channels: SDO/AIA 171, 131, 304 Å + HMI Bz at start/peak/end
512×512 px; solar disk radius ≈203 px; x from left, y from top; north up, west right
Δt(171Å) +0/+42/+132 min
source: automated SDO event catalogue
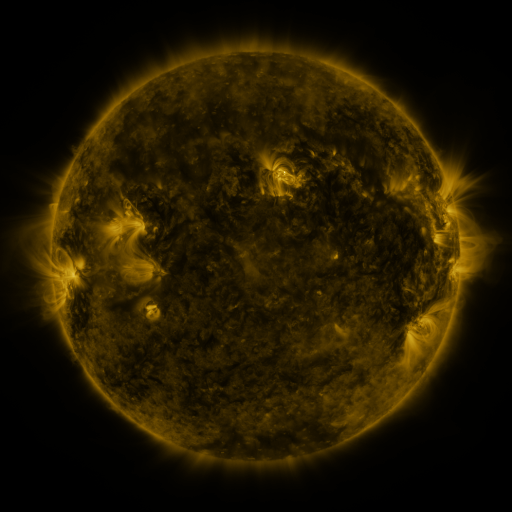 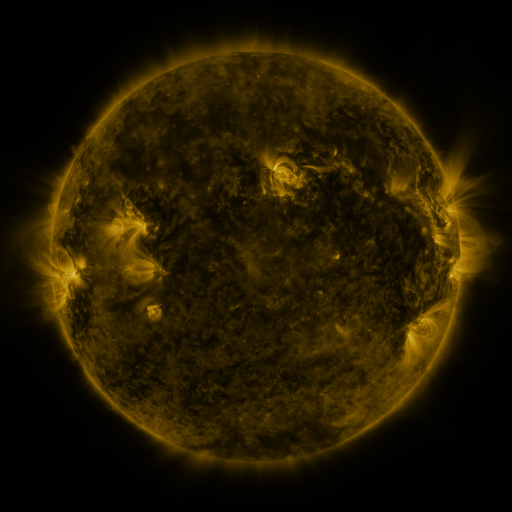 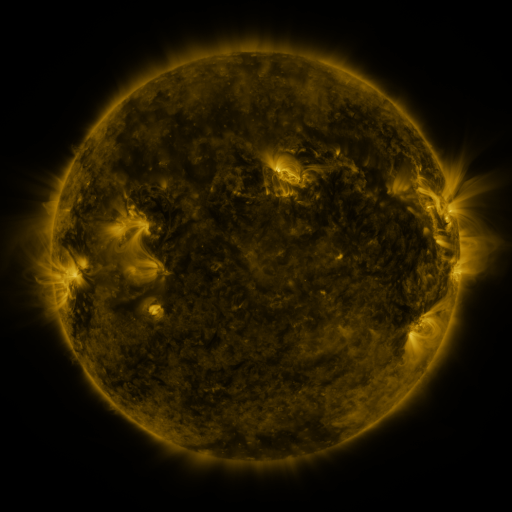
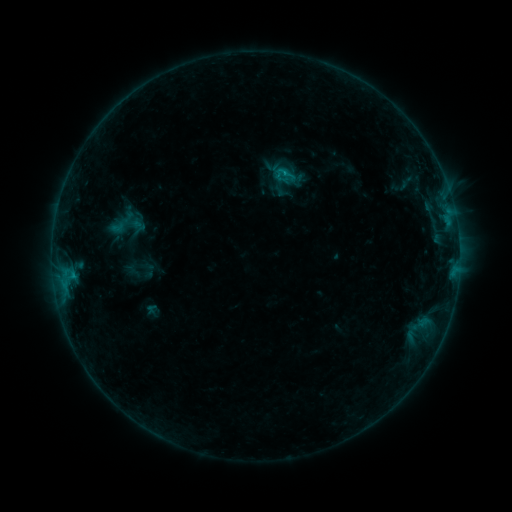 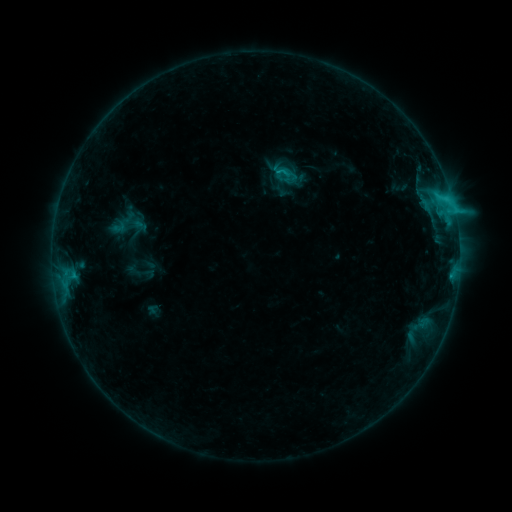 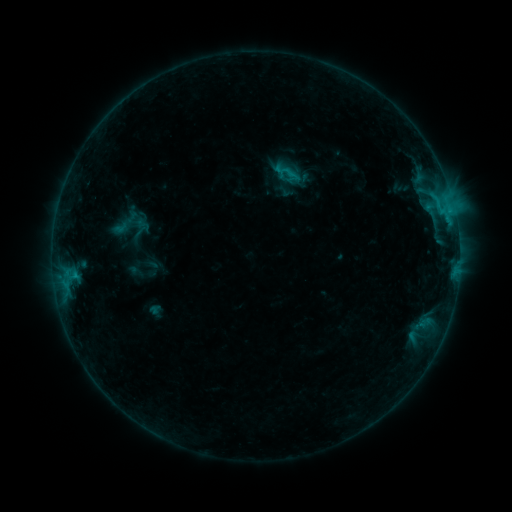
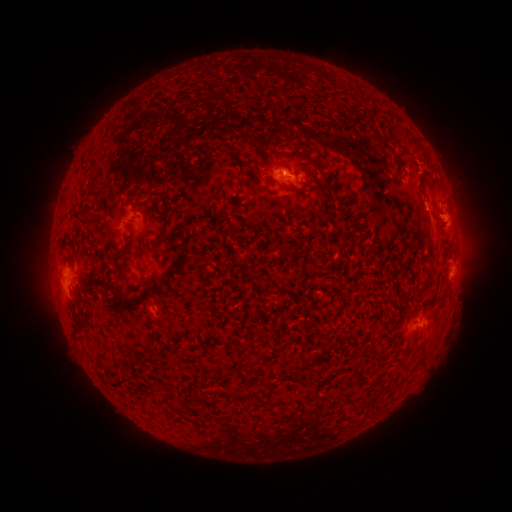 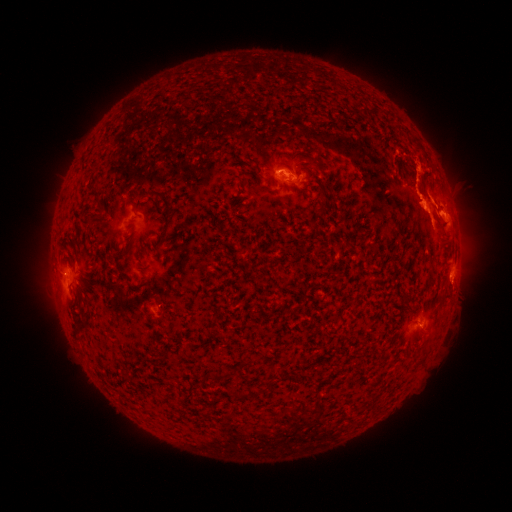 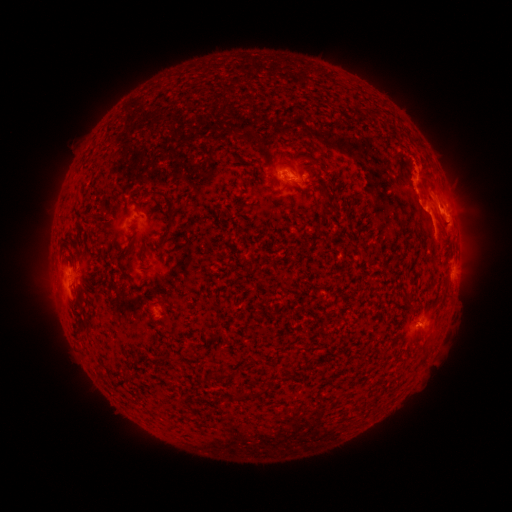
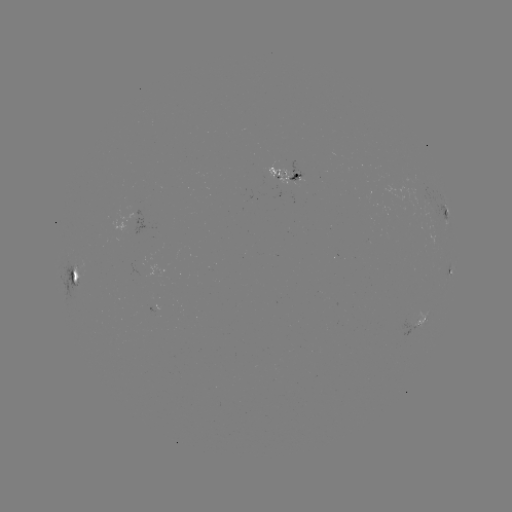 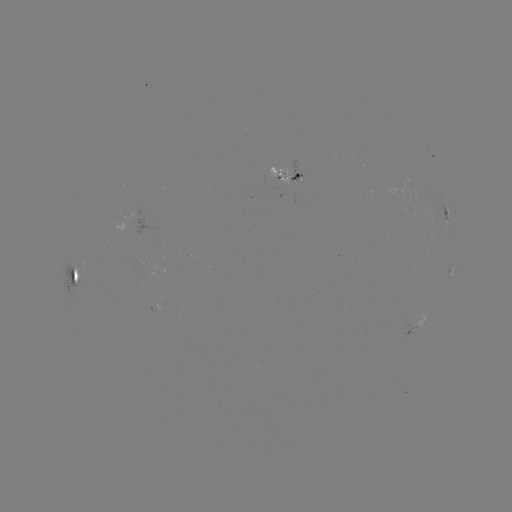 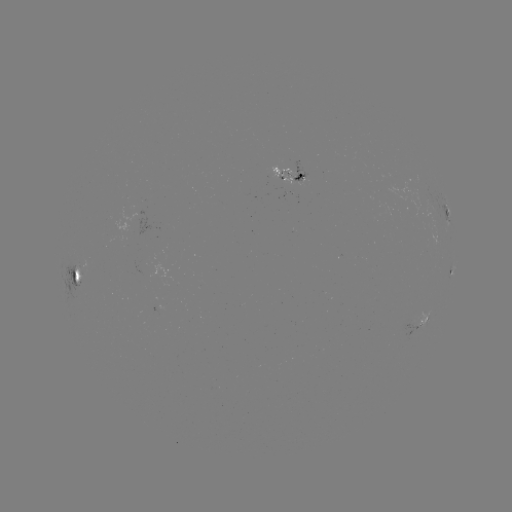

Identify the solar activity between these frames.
C3.2 flare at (275, 174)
